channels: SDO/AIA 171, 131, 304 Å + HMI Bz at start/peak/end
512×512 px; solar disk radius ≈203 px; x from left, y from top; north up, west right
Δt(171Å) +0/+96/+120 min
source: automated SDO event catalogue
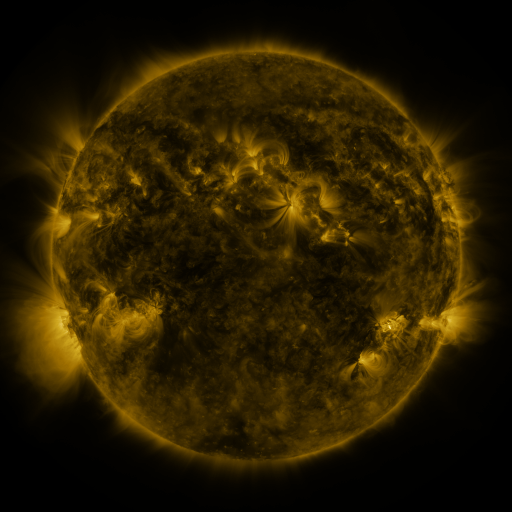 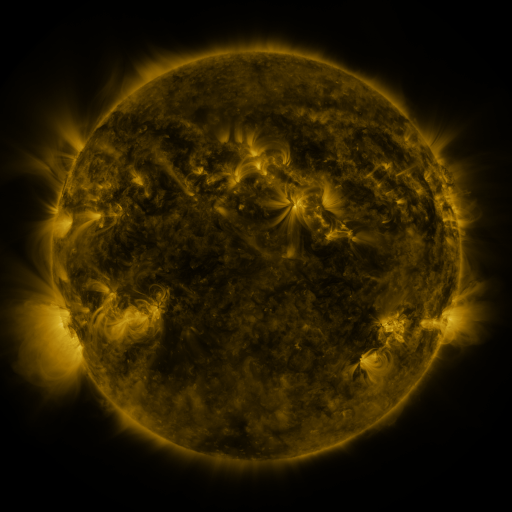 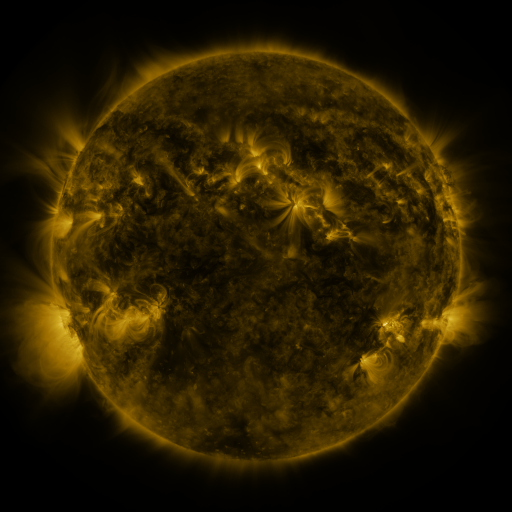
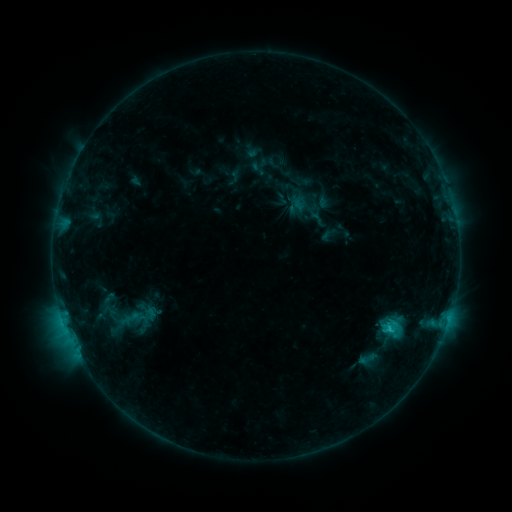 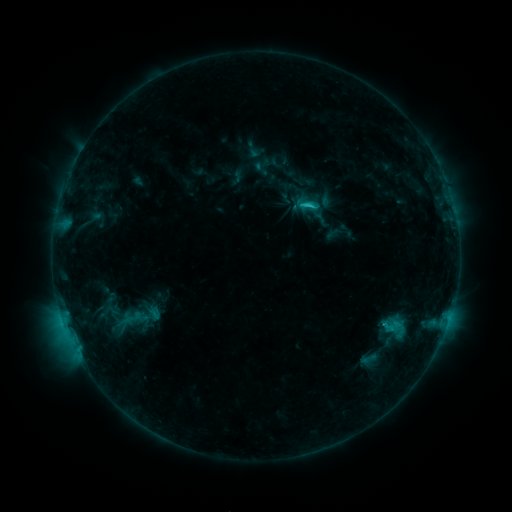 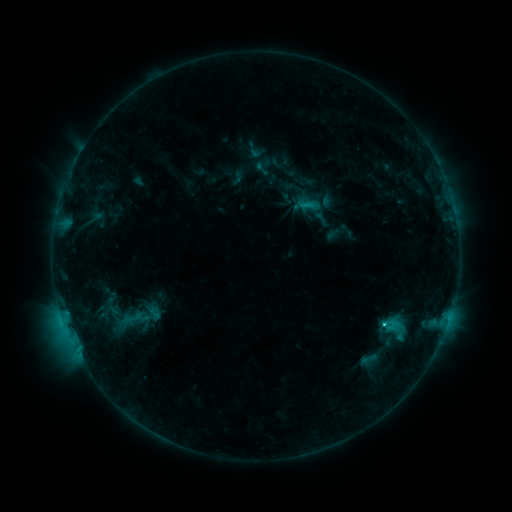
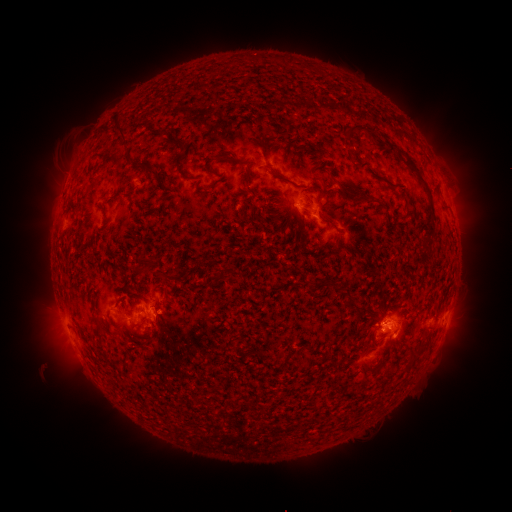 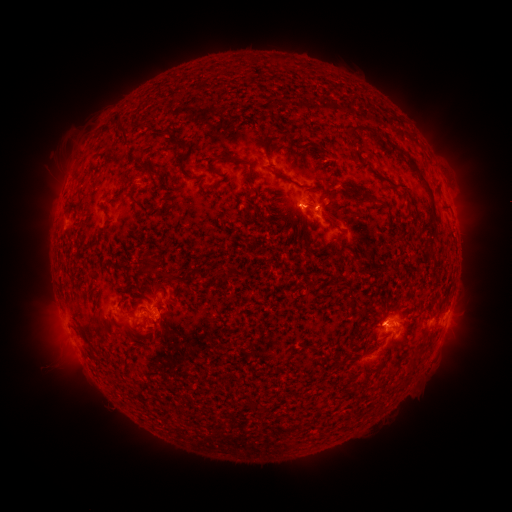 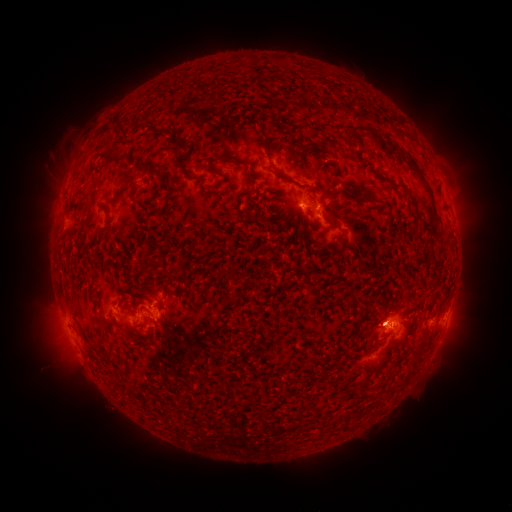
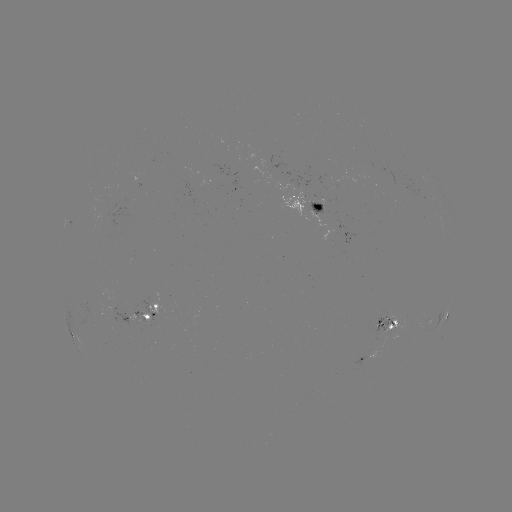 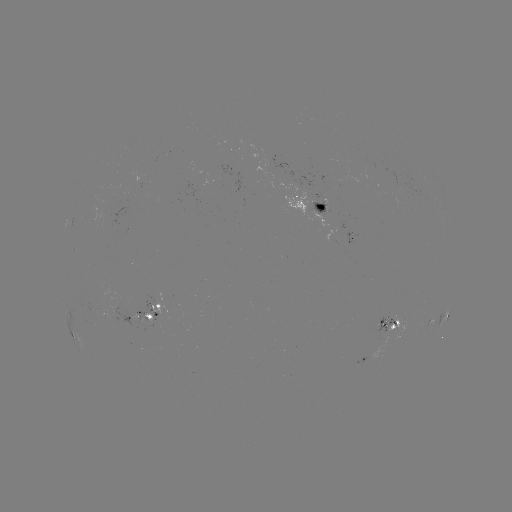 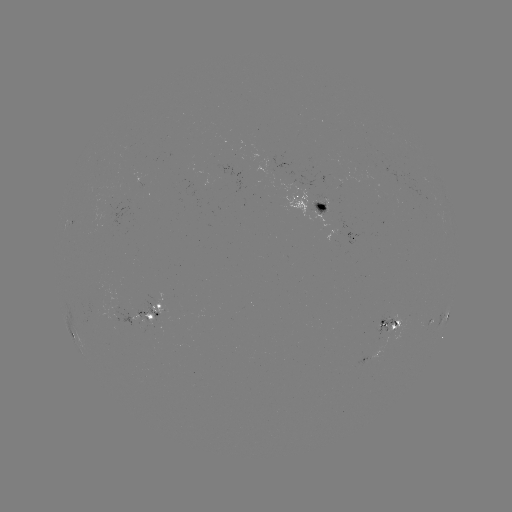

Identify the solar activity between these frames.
emerging-flux region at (386, 322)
